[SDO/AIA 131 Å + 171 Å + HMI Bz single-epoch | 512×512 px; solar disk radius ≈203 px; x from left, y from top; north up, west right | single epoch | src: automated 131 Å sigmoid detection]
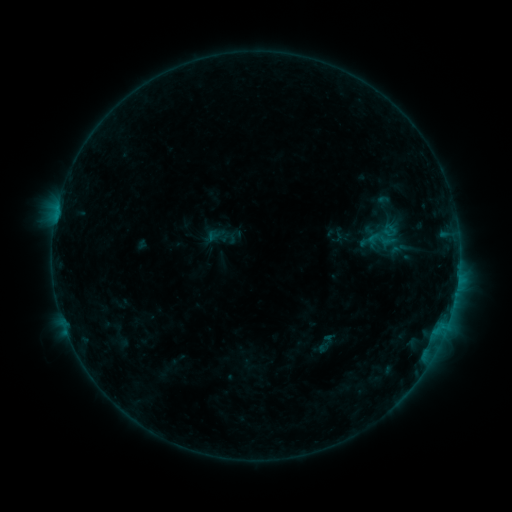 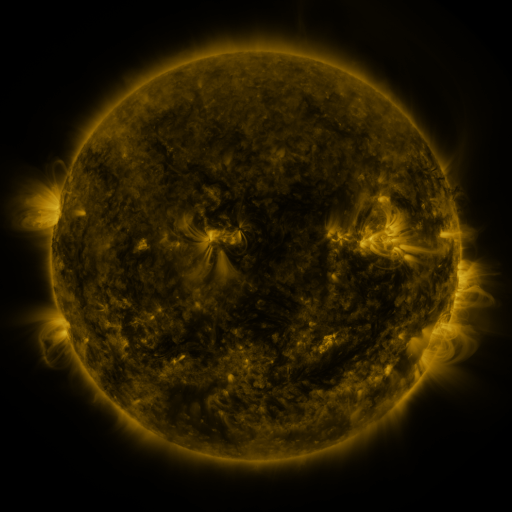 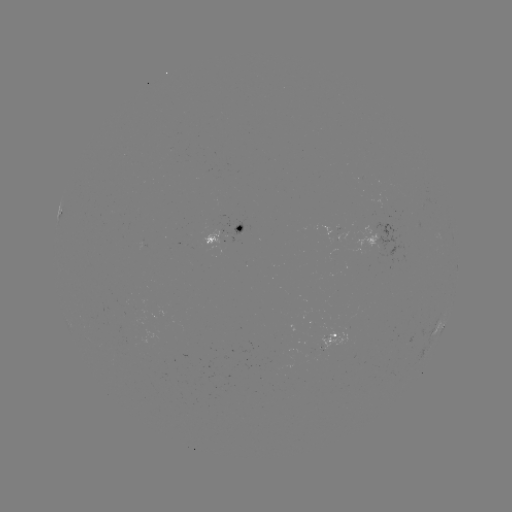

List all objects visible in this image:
sigmoid: (381, 239)
